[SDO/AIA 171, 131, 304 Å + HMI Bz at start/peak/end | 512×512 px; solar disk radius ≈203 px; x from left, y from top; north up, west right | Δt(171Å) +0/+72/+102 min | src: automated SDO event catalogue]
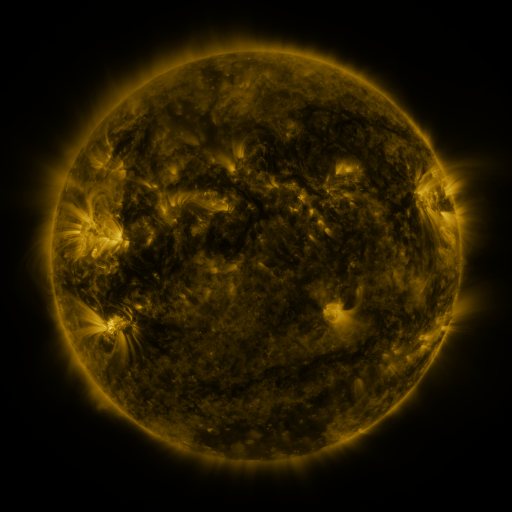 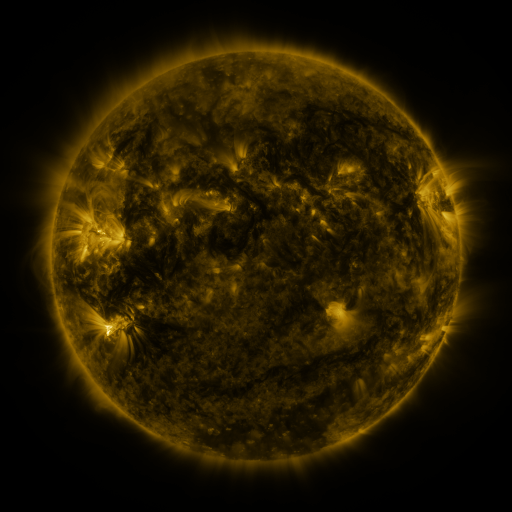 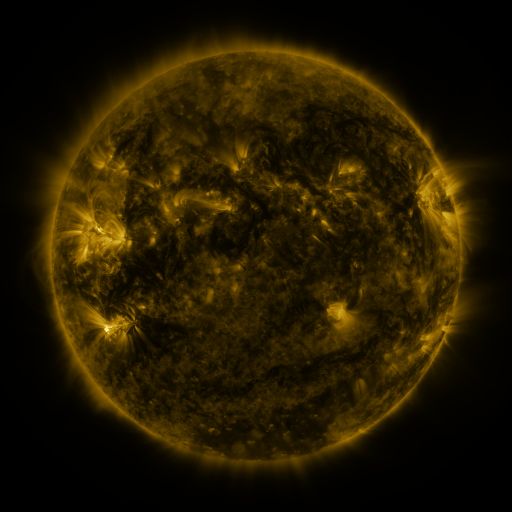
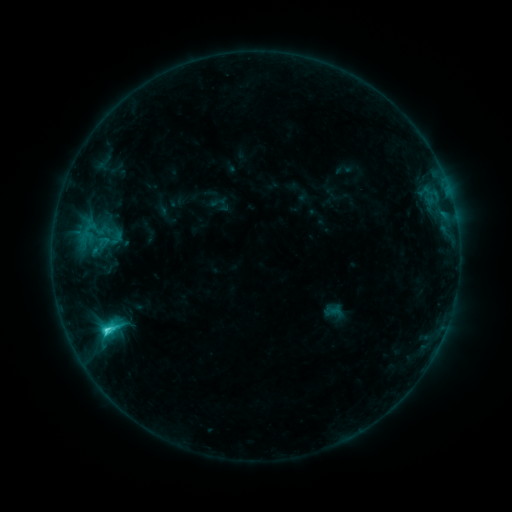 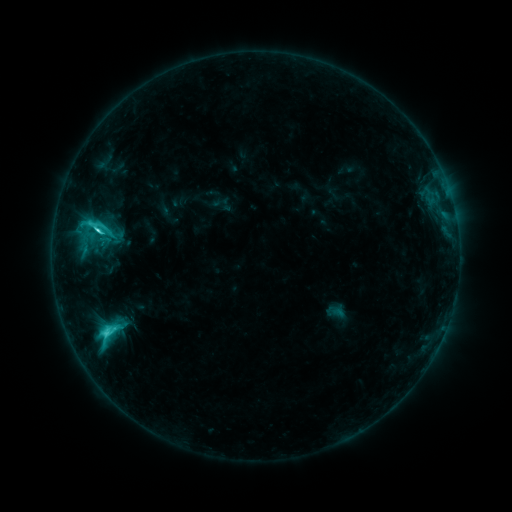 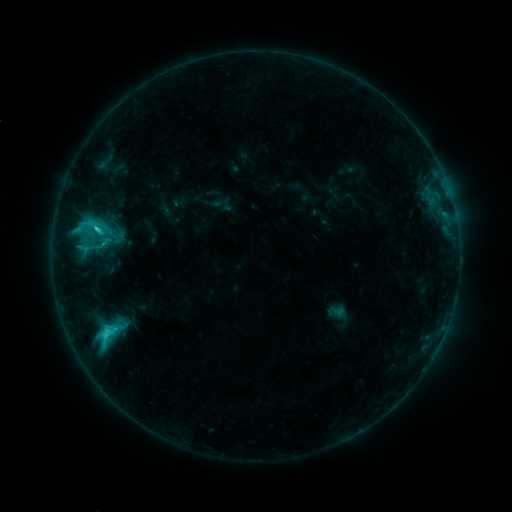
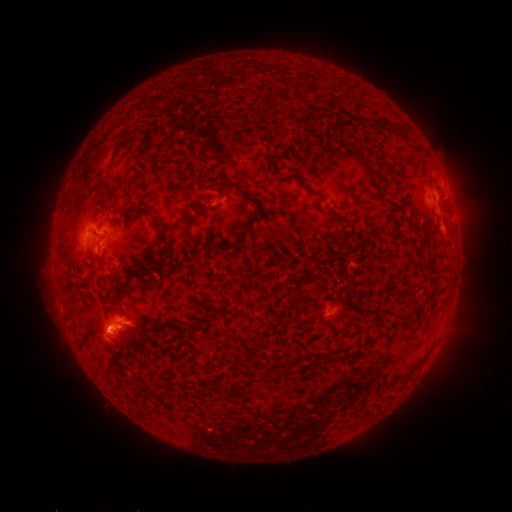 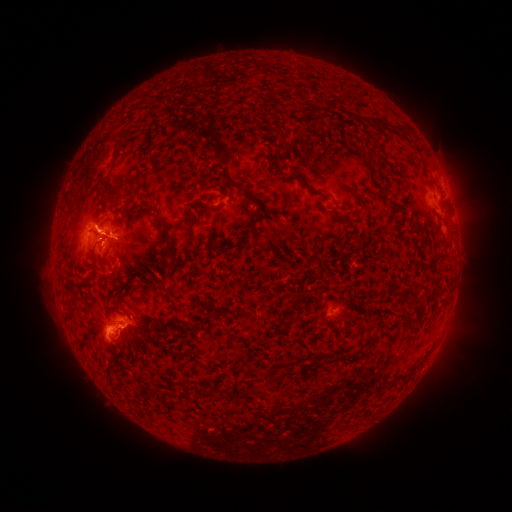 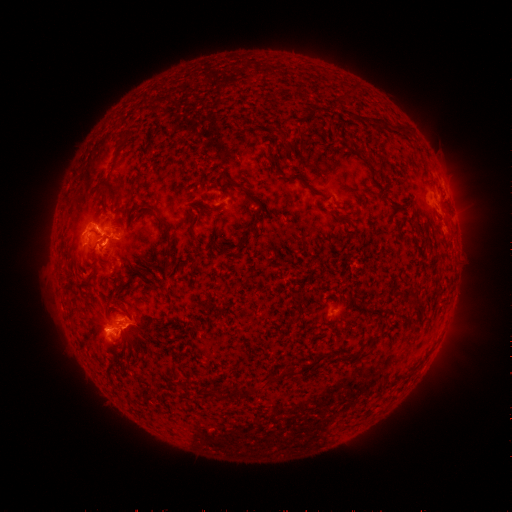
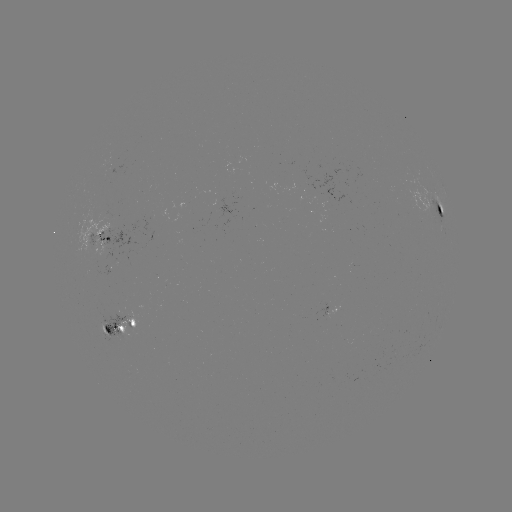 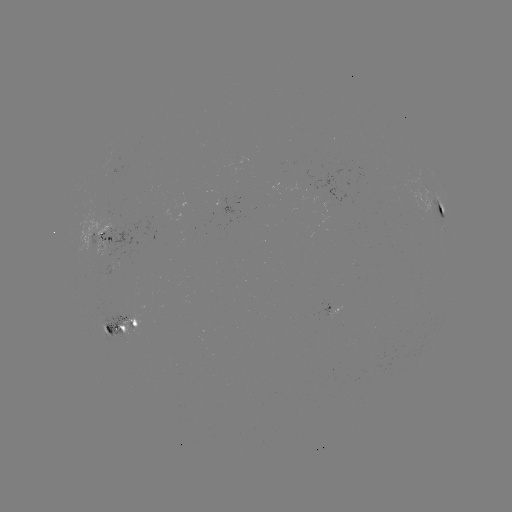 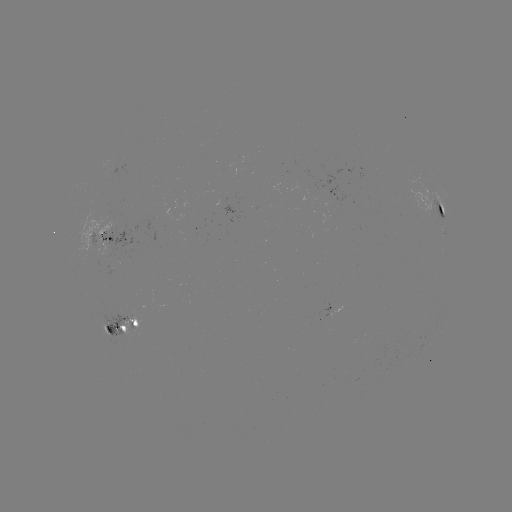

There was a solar flare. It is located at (98, 233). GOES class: C5.9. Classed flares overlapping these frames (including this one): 2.